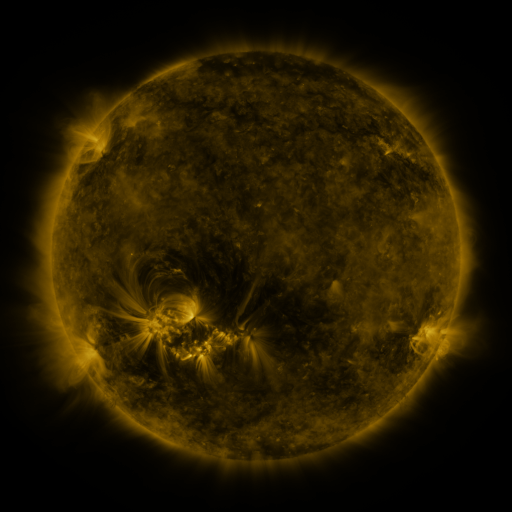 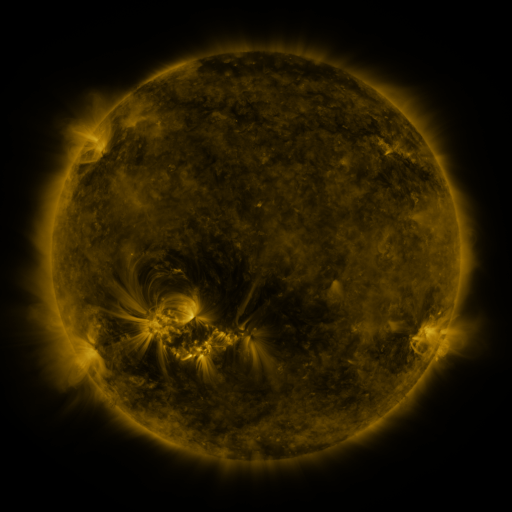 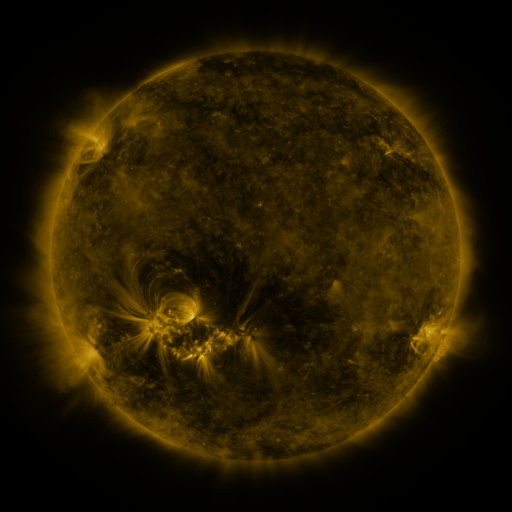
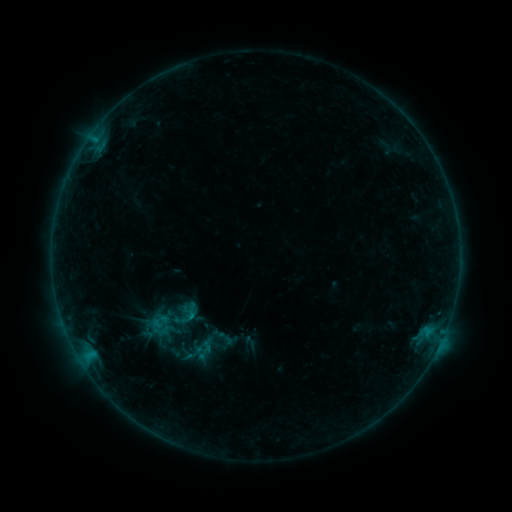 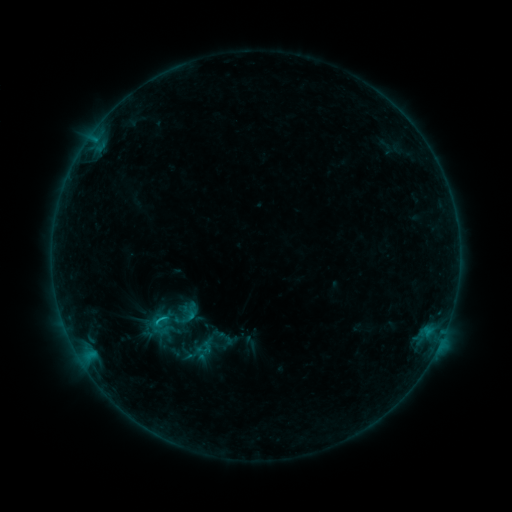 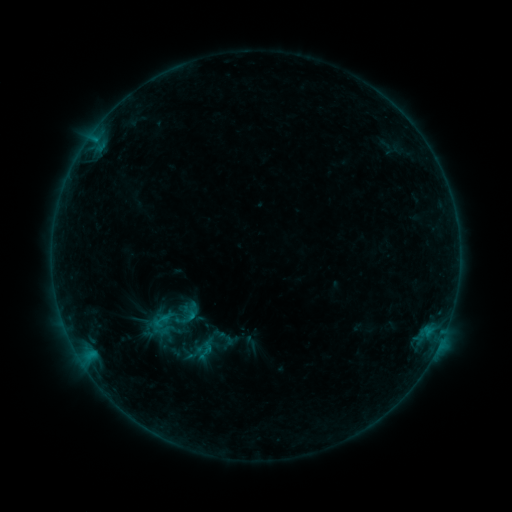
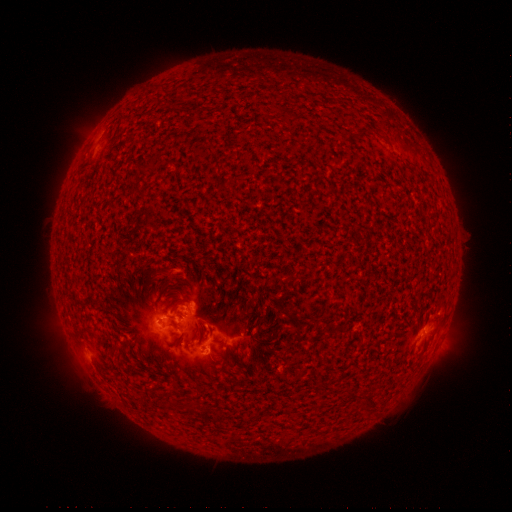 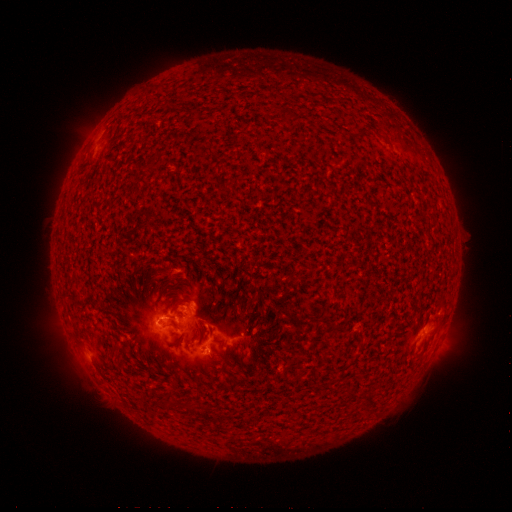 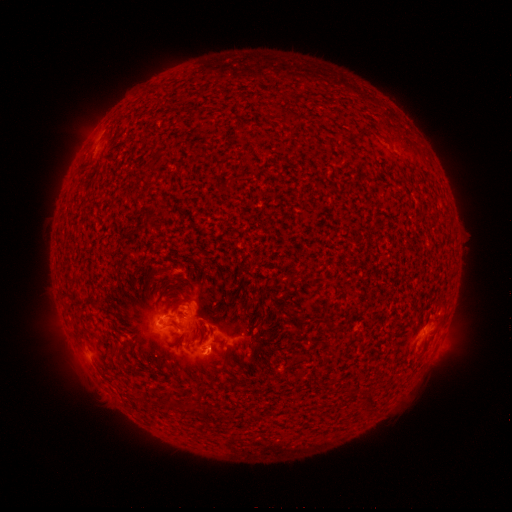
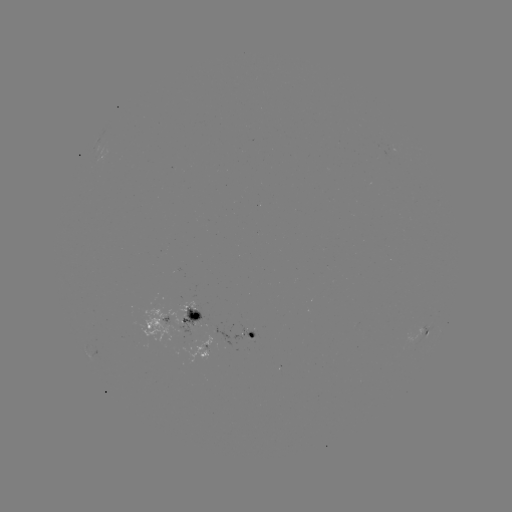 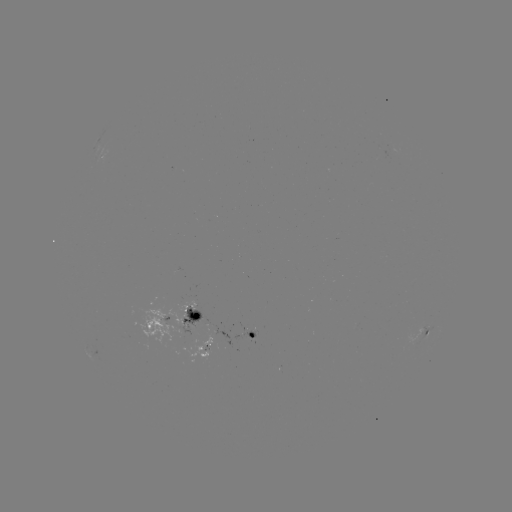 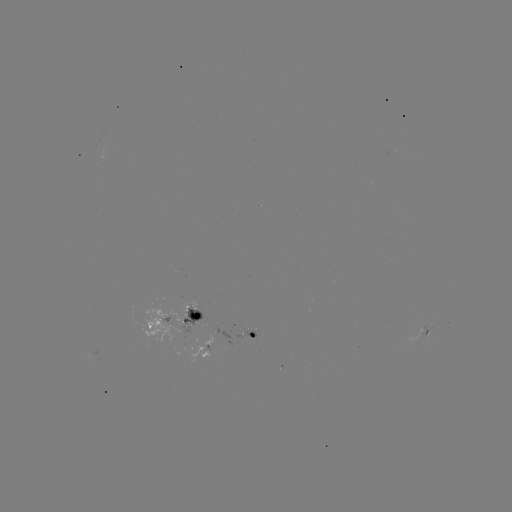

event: flare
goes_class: B7.9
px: (163, 315)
